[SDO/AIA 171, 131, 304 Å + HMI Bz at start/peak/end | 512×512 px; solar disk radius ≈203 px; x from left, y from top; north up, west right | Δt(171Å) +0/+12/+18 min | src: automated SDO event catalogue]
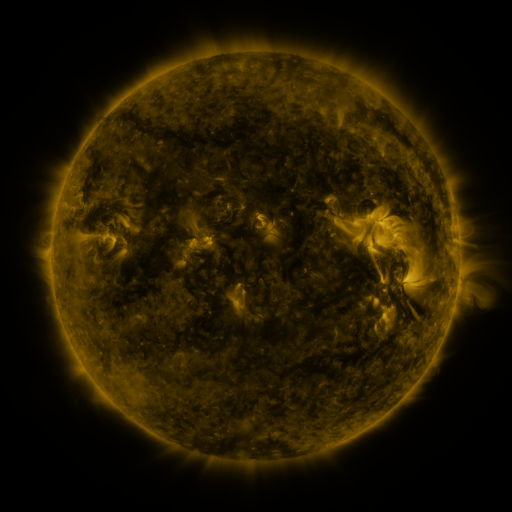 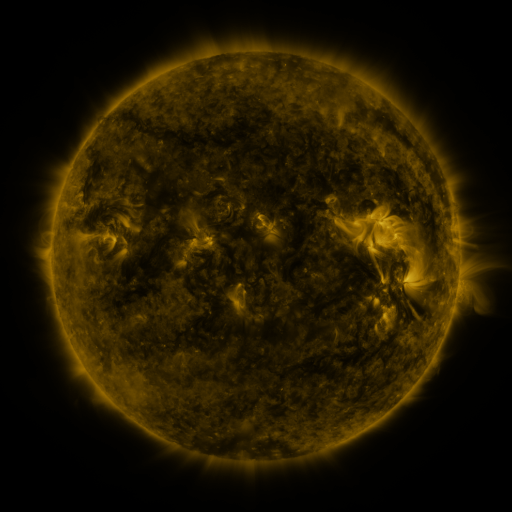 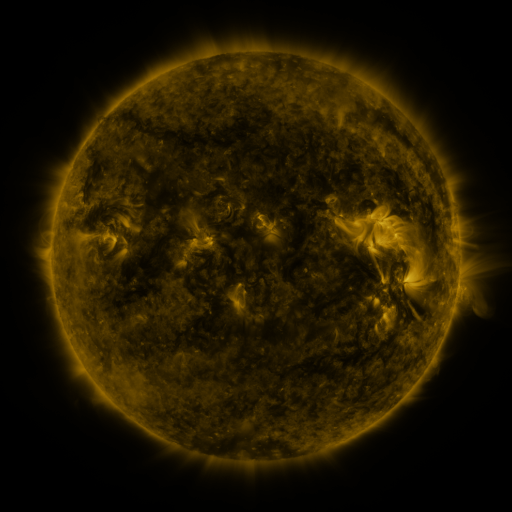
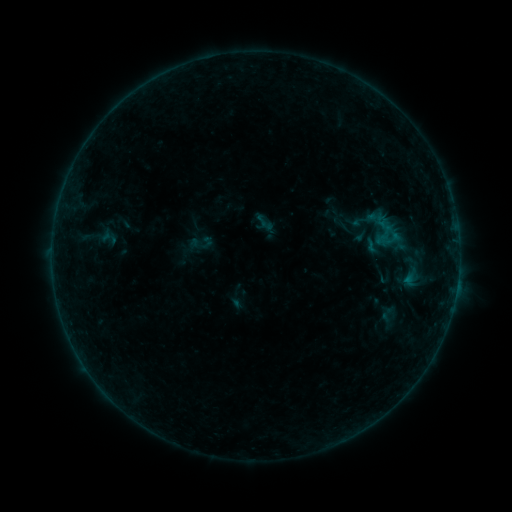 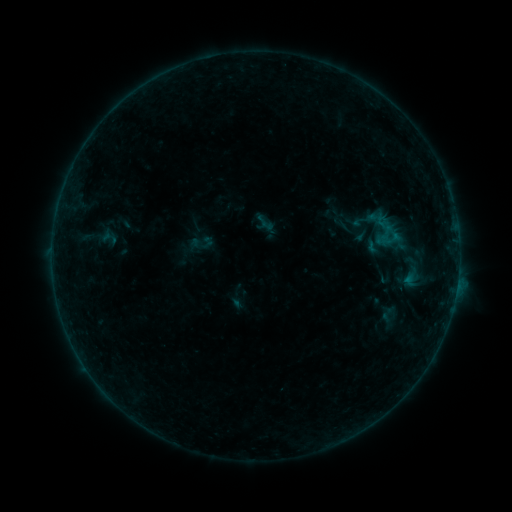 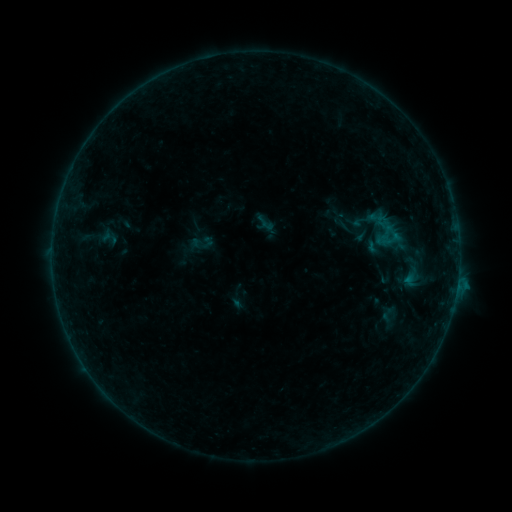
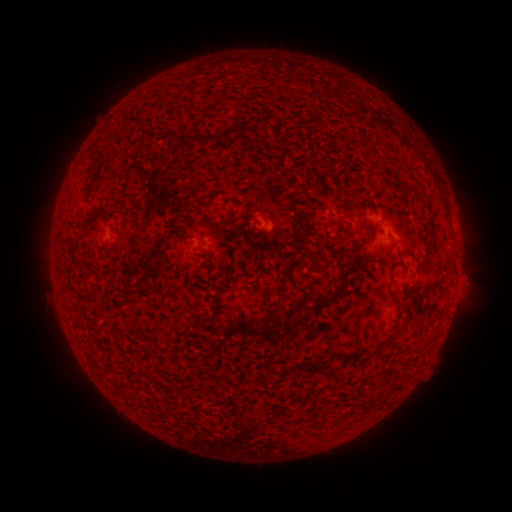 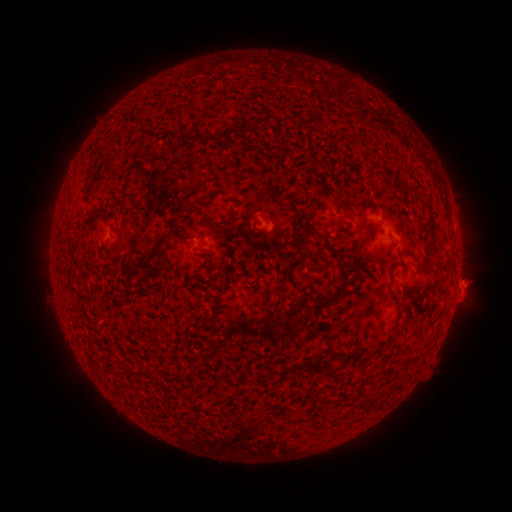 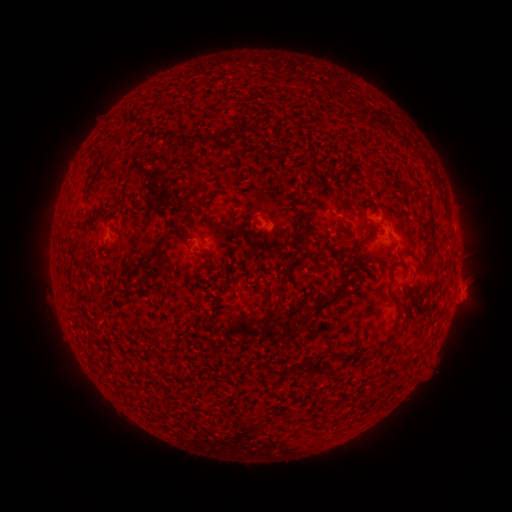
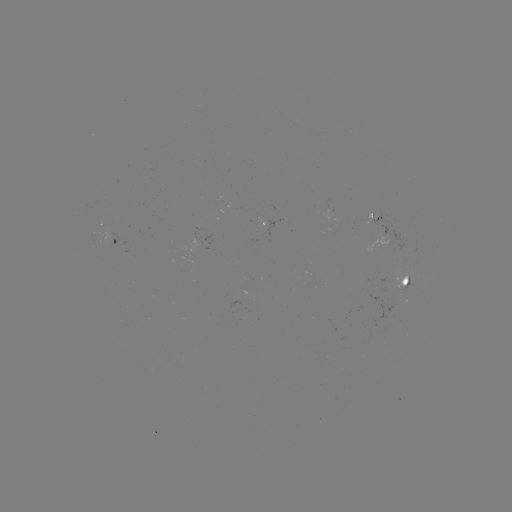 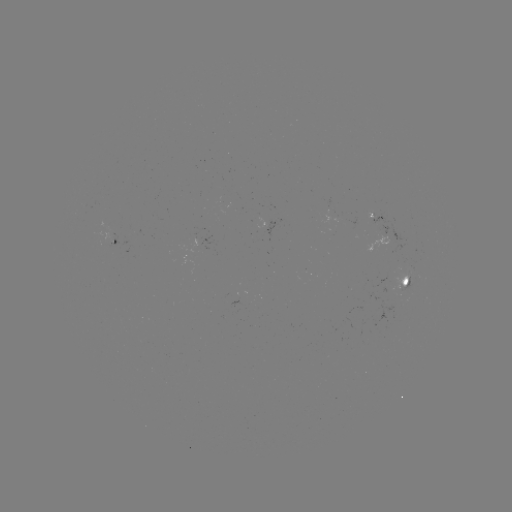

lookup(eruption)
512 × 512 [463, 285]